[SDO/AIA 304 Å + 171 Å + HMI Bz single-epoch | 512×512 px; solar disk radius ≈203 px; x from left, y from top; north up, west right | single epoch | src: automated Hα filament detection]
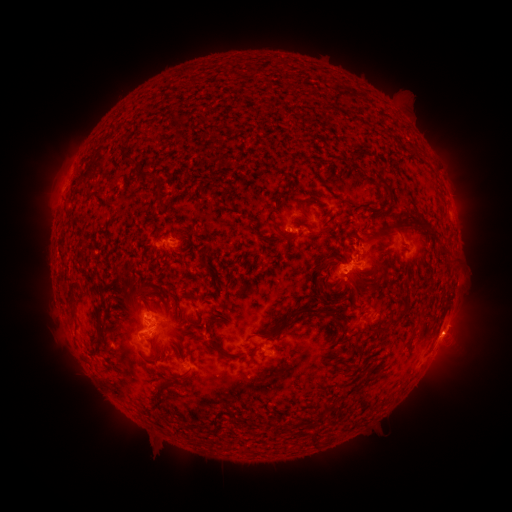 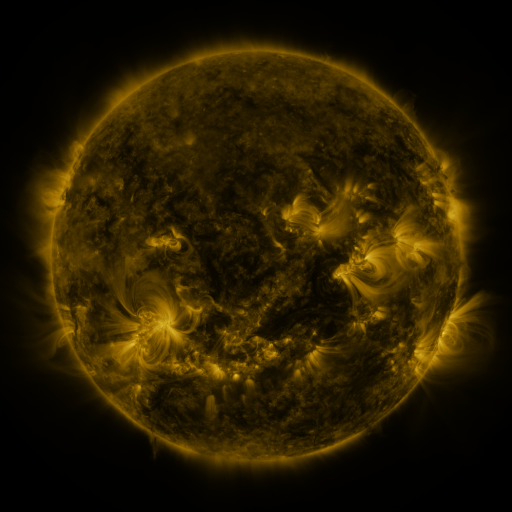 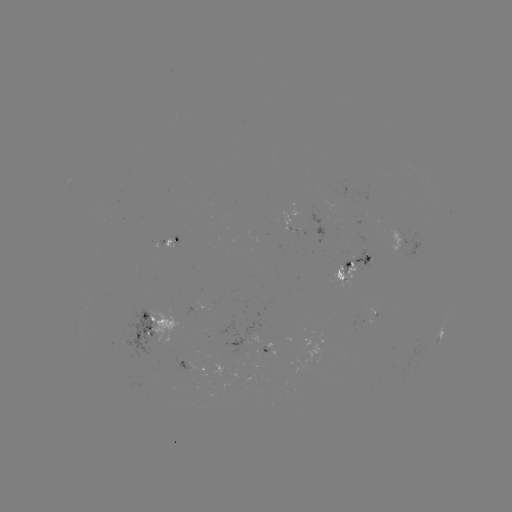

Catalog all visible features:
filament: (123, 157)
filament: (388, 191)
filament: (181, 199)
filament: (160, 203)
filament: (300, 204)
filament: (431, 233)
filament: (281, 234)
filament: (322, 261)
filament: (124, 274)
filament: (319, 285)
filament: (125, 294)
filament: (139, 300)
filament: (72, 302)
filament: (176, 304)
filament: (305, 310)
filament: (400, 316)
filament: (184, 319)
filament: (419, 321)
filament: (270, 334)
filament: (97, 343)
filament: (218, 346)
filament: (180, 355)
filament: (165, 356)
filament: (328, 405)
filament: (179, 431)
filament: (316, 439)
